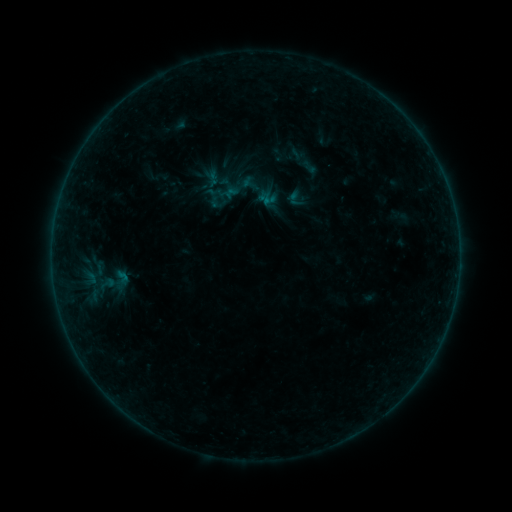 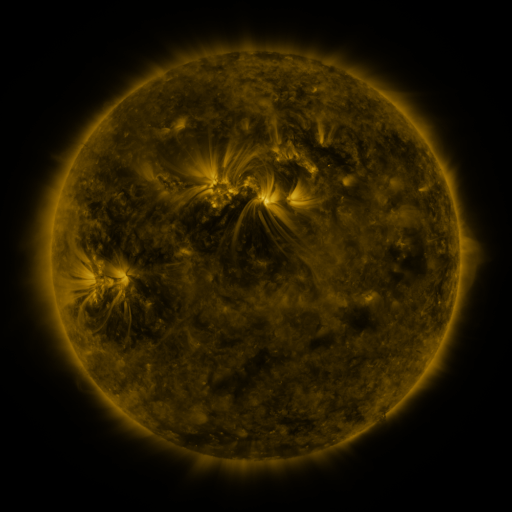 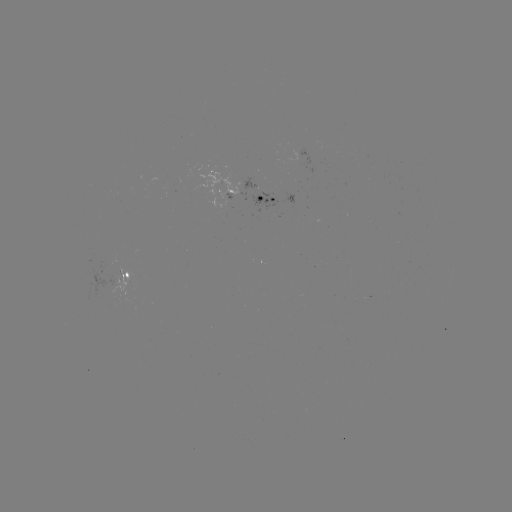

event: sigmoid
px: (112, 282)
